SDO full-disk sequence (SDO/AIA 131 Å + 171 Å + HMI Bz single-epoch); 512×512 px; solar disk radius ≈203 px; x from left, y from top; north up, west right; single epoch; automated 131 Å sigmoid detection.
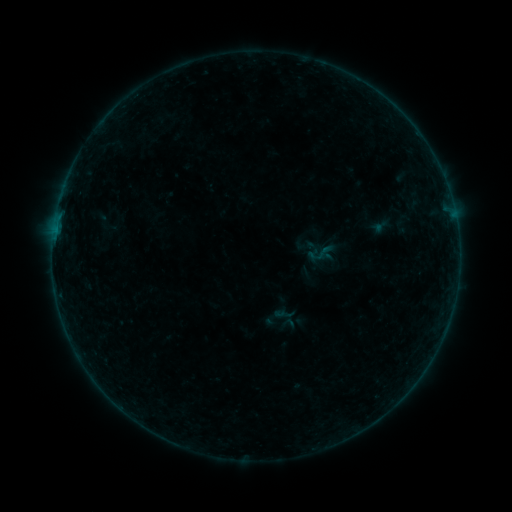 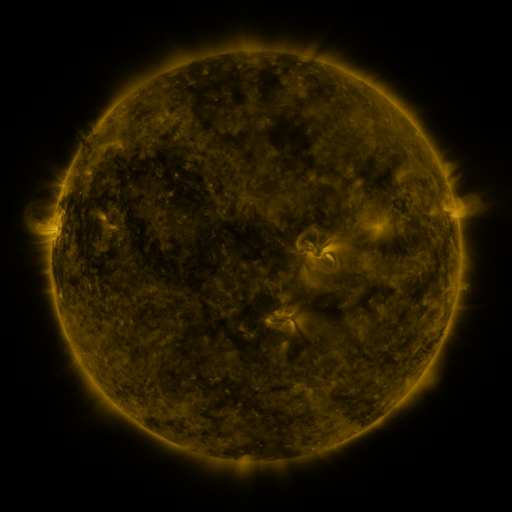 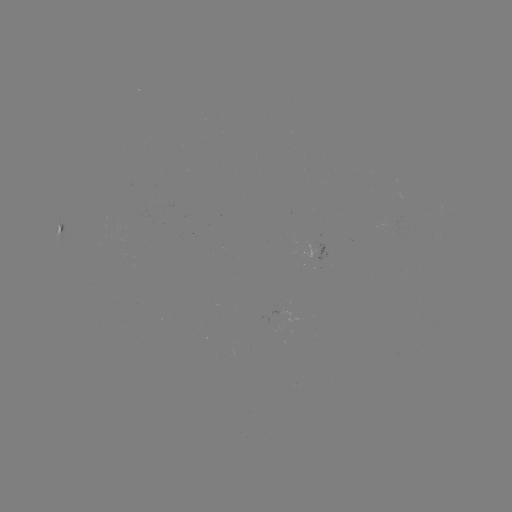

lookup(sigmoid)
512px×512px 320,253